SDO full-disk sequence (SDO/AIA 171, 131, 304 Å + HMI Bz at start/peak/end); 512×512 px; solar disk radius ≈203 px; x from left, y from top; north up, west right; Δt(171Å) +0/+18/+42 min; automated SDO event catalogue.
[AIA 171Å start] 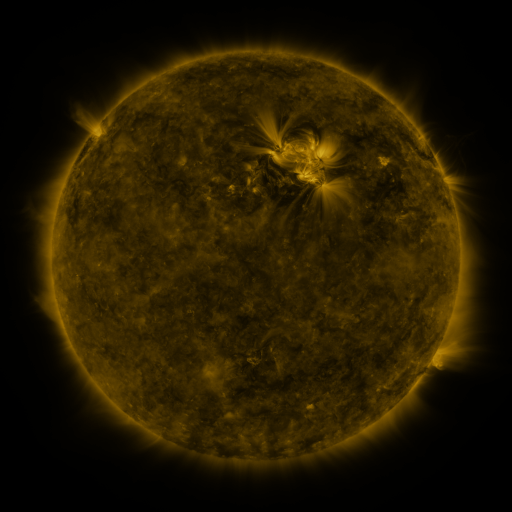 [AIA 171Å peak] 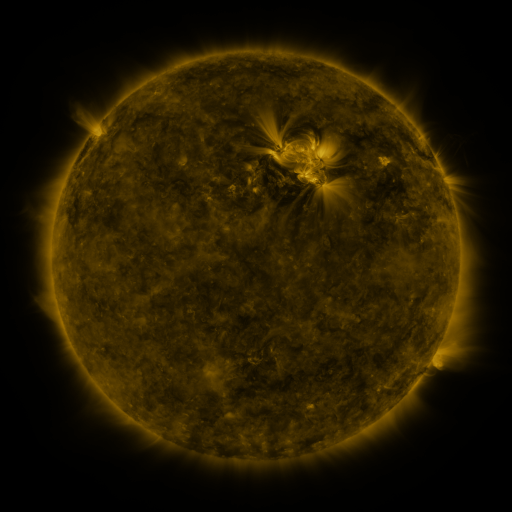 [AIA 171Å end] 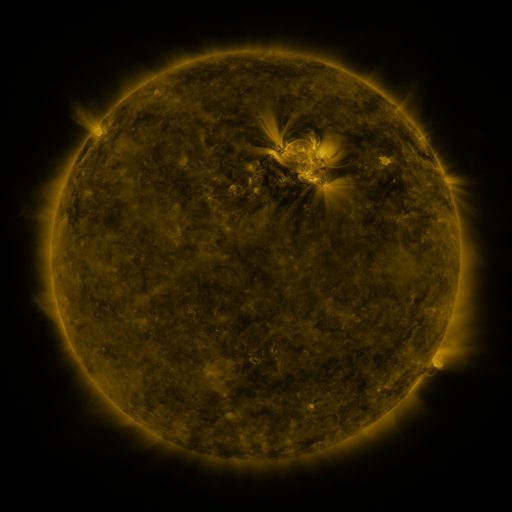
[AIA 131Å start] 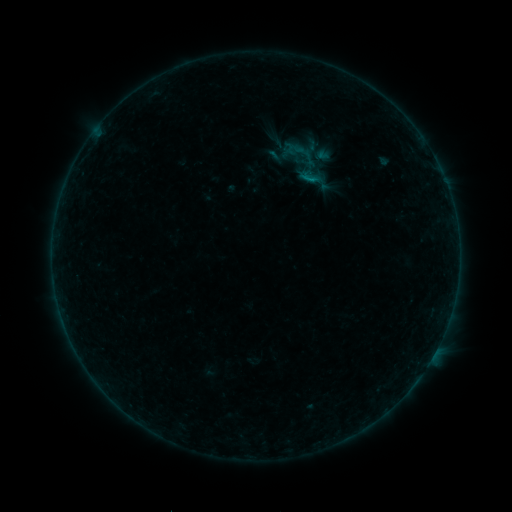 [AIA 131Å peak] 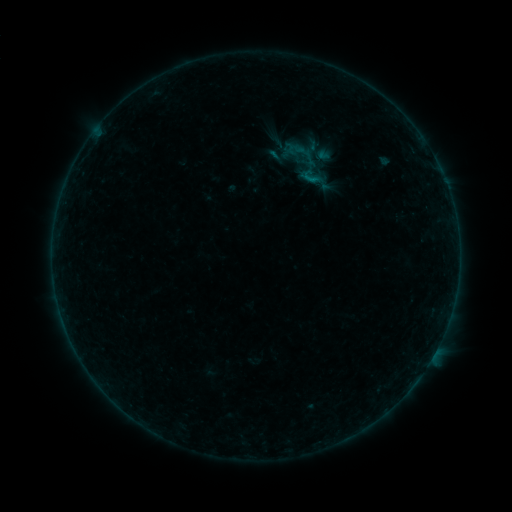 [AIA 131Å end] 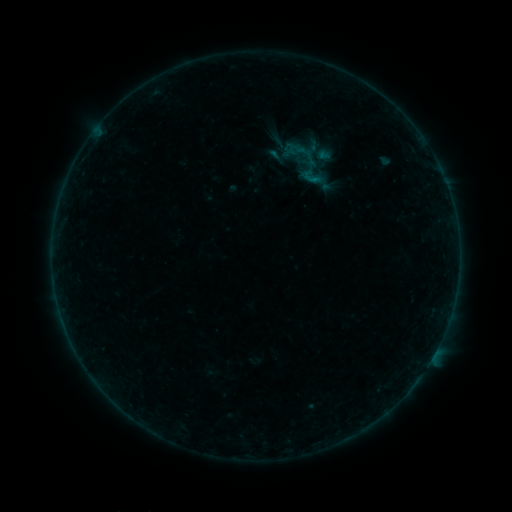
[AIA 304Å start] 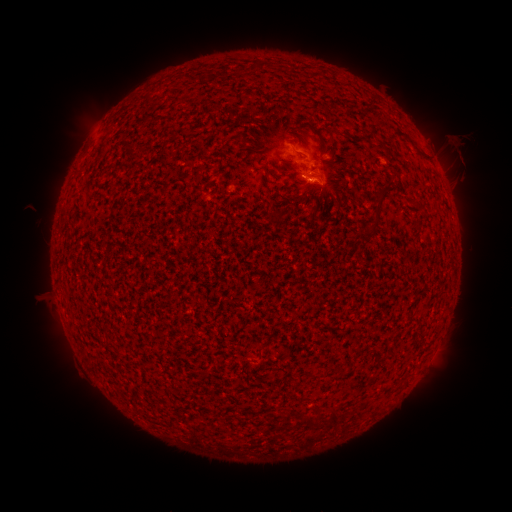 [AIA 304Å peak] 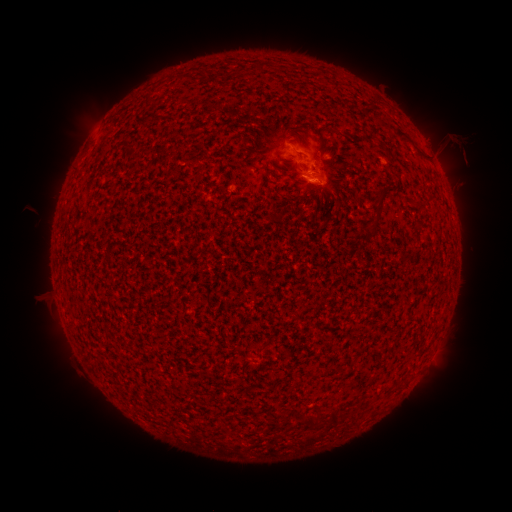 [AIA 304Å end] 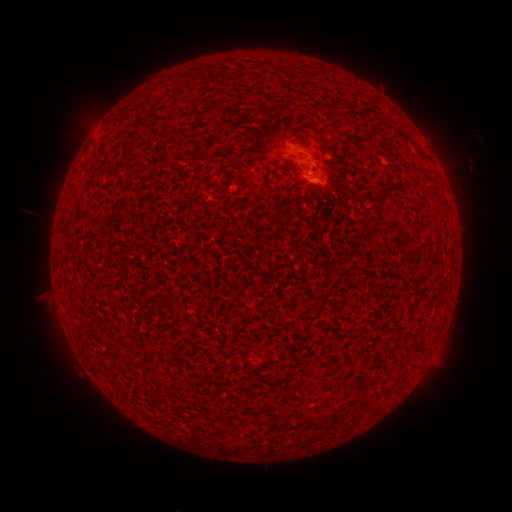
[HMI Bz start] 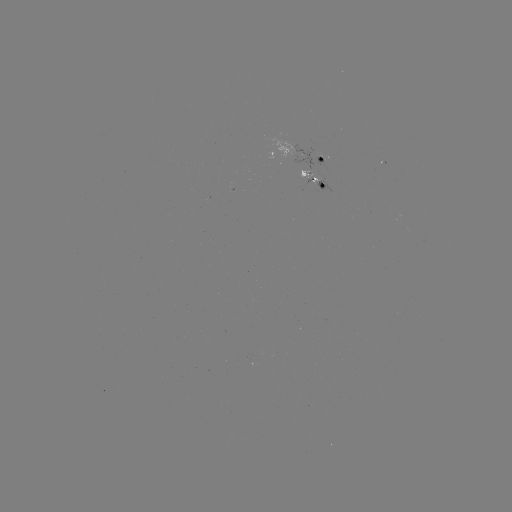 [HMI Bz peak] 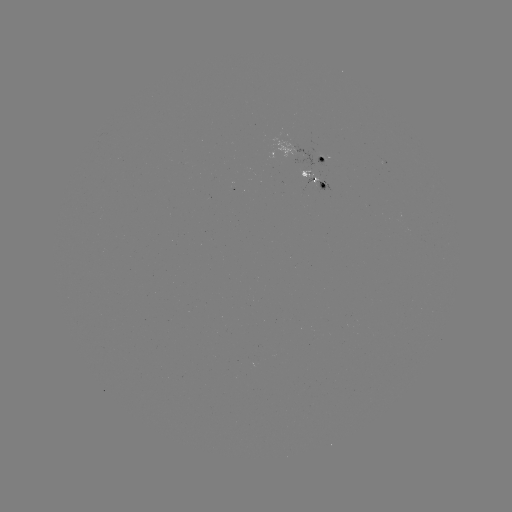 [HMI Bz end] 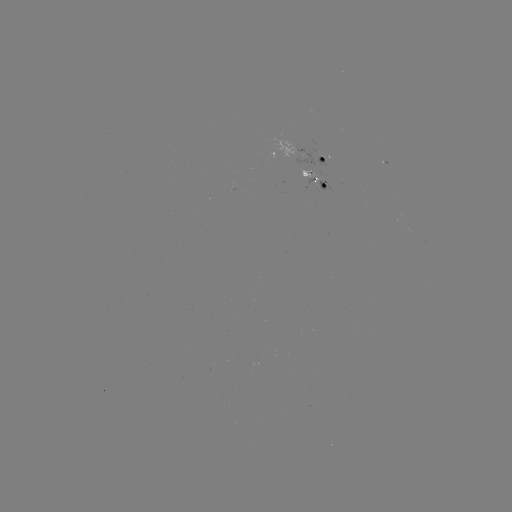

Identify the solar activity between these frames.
eruption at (465, 148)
